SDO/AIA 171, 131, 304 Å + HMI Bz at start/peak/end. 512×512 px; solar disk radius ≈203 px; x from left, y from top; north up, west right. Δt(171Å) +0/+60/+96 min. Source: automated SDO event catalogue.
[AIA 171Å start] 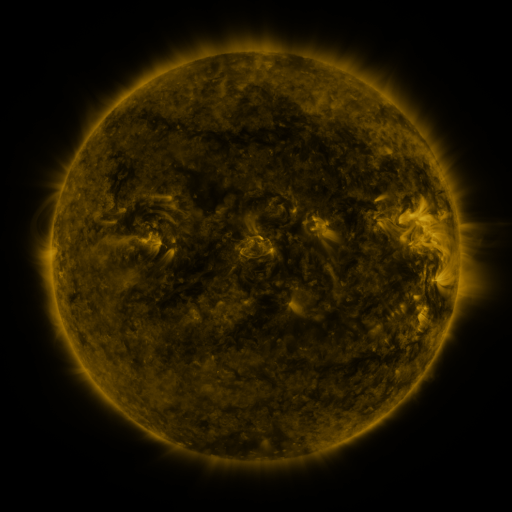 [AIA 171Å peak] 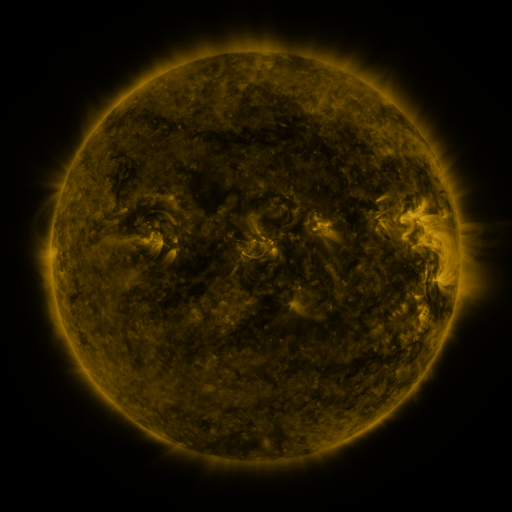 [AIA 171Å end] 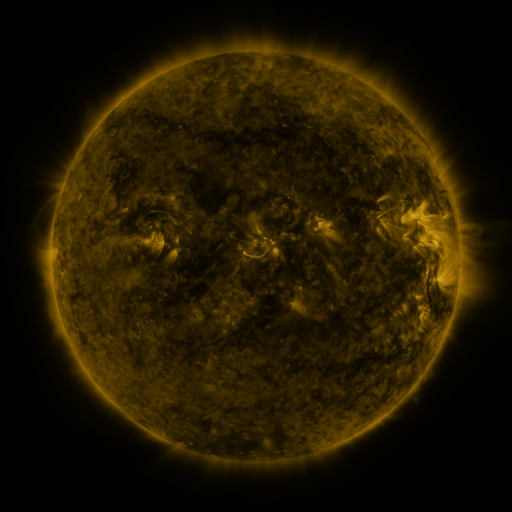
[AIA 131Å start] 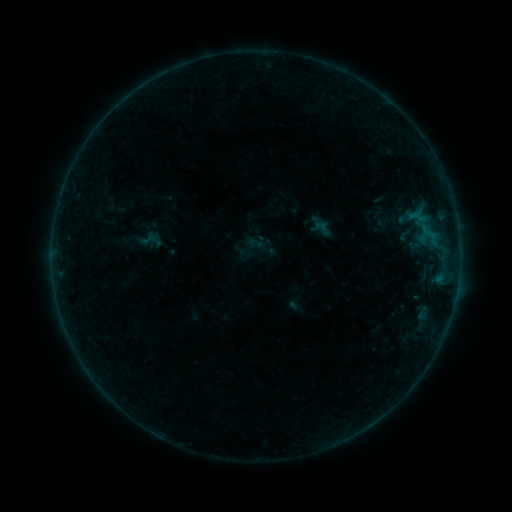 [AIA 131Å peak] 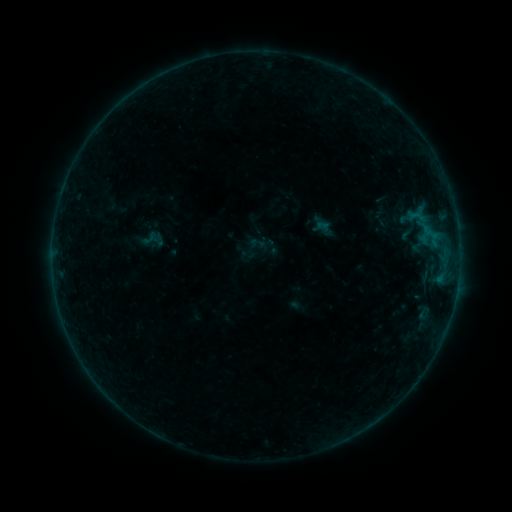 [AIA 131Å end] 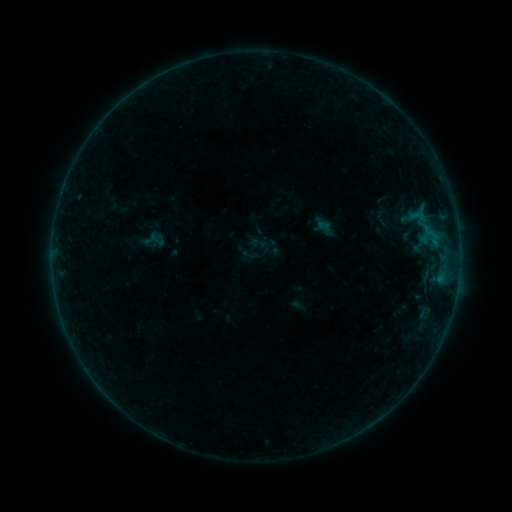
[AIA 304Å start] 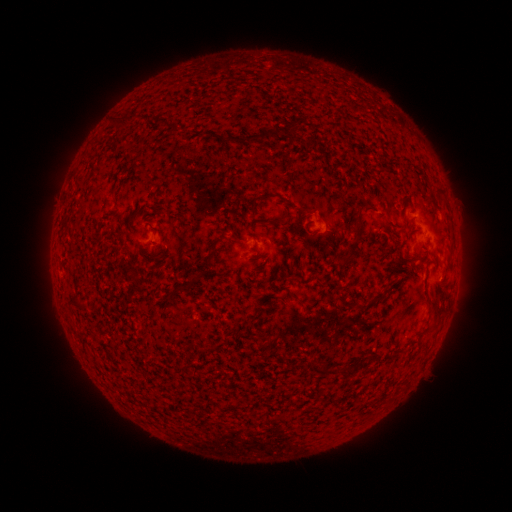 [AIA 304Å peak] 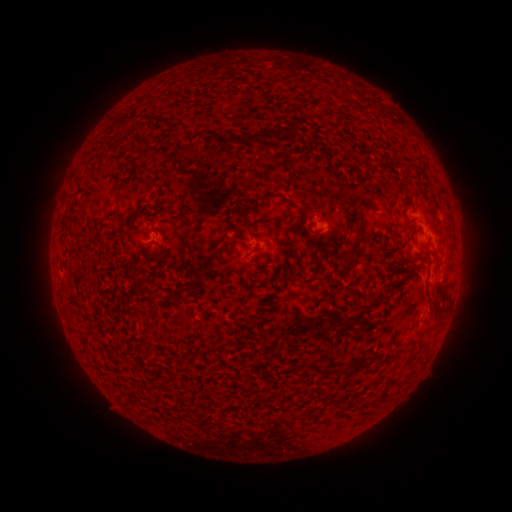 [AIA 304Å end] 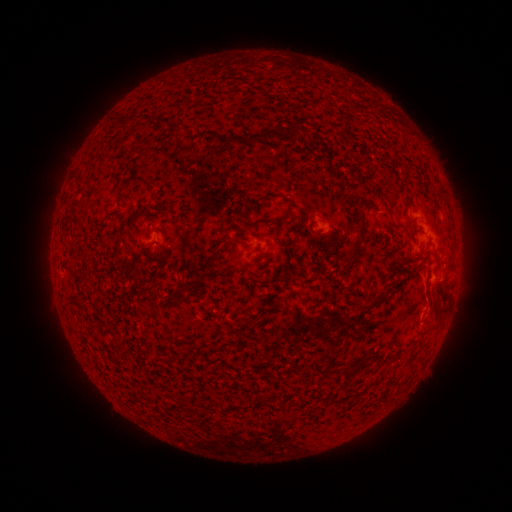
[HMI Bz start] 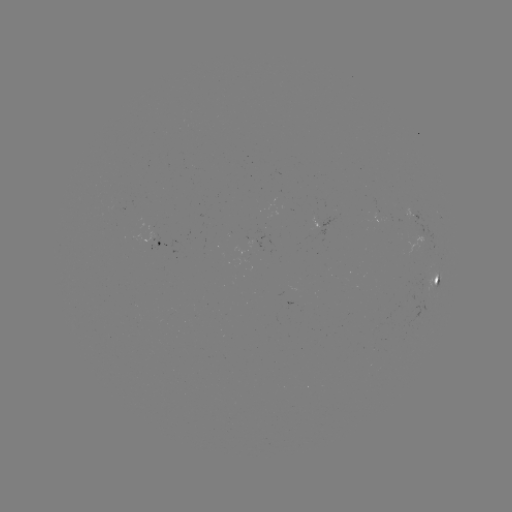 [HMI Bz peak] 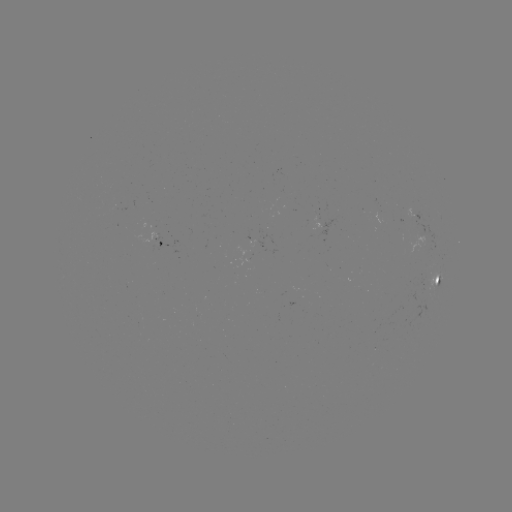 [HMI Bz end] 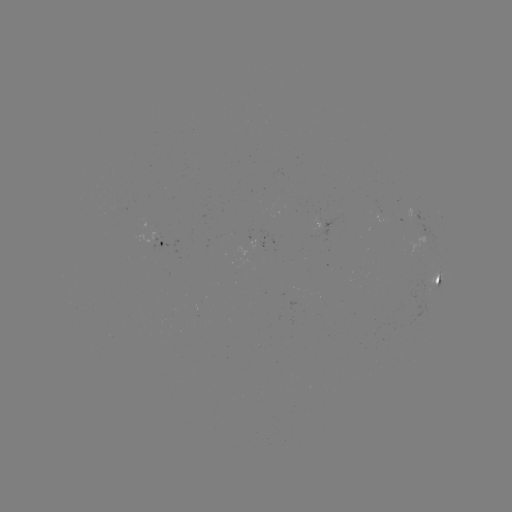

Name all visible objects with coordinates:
emerging-flux region: (378, 214)
